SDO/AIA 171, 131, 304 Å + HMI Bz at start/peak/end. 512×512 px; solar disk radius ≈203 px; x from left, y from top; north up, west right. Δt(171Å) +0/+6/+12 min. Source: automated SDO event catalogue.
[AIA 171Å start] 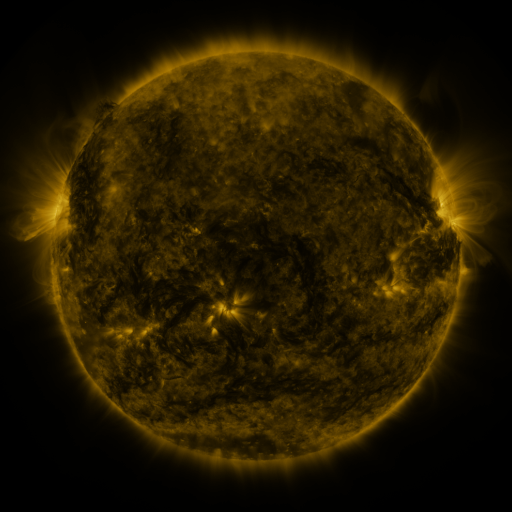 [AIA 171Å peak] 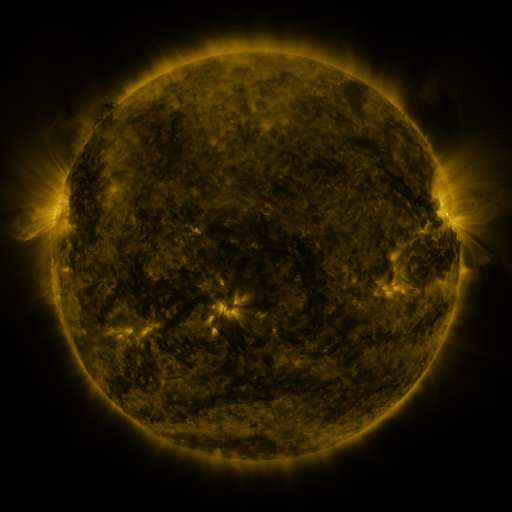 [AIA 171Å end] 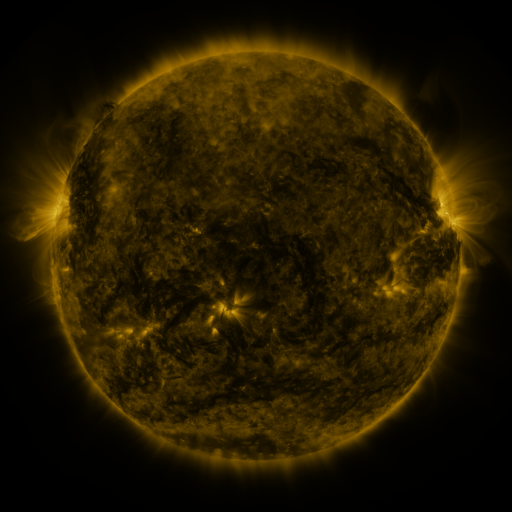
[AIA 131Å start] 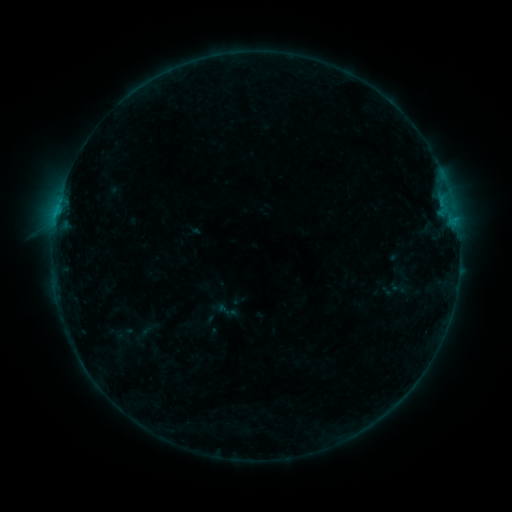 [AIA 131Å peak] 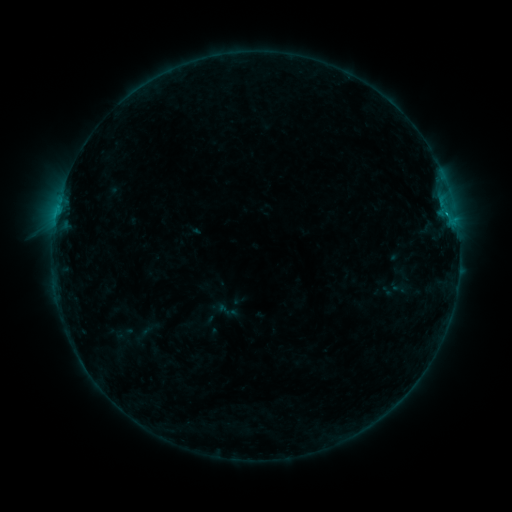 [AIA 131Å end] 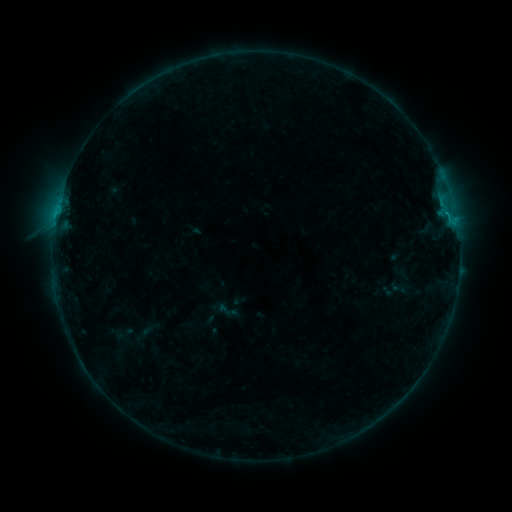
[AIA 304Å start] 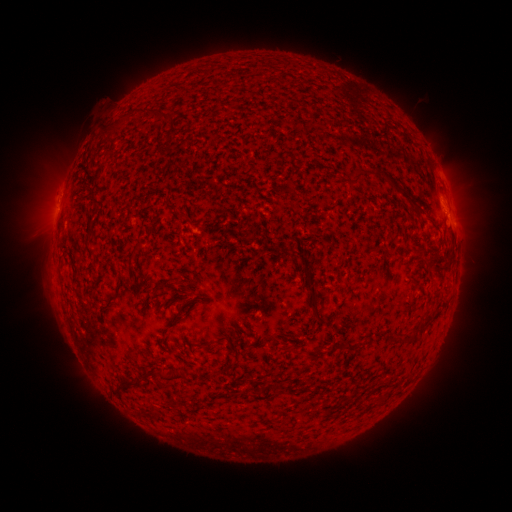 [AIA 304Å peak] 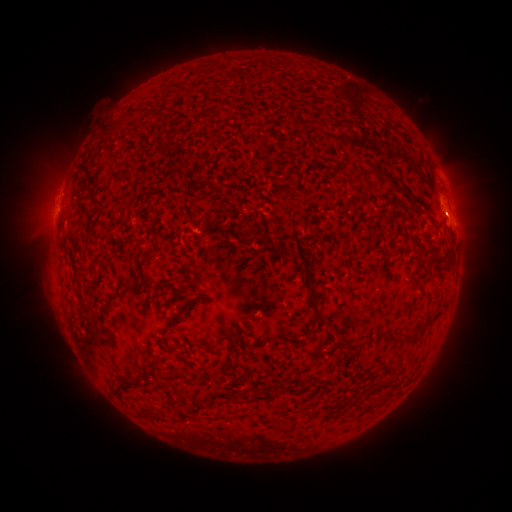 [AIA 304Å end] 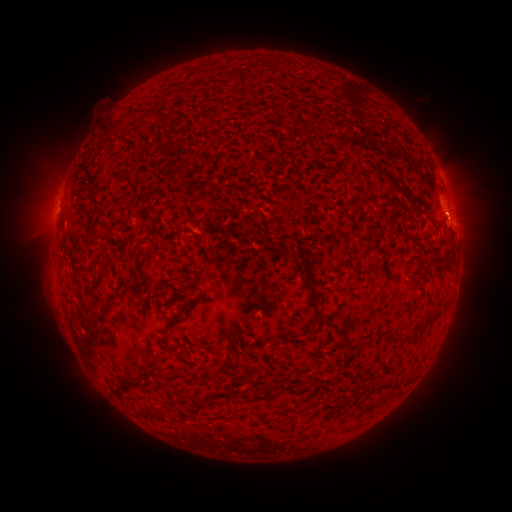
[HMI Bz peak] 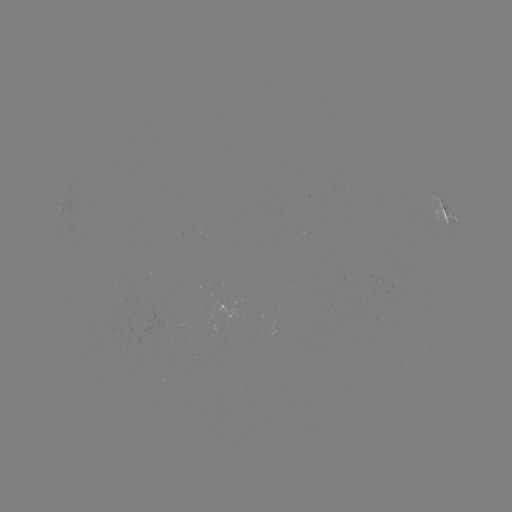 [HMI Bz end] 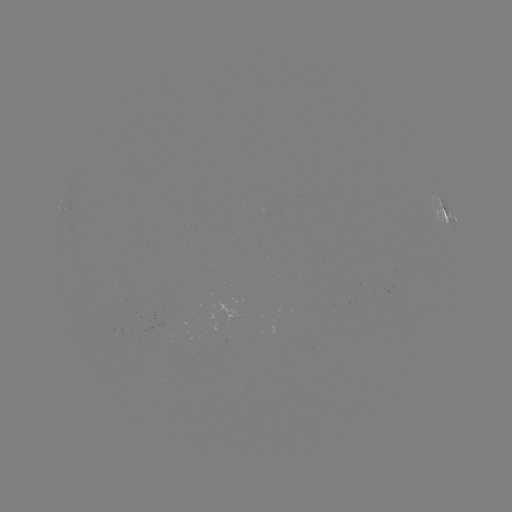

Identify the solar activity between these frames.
eruption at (456, 218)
